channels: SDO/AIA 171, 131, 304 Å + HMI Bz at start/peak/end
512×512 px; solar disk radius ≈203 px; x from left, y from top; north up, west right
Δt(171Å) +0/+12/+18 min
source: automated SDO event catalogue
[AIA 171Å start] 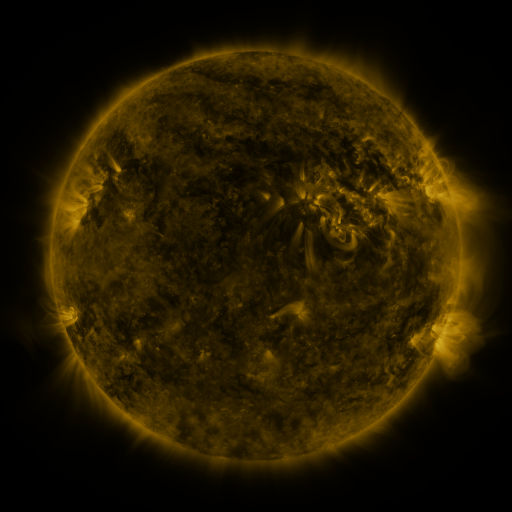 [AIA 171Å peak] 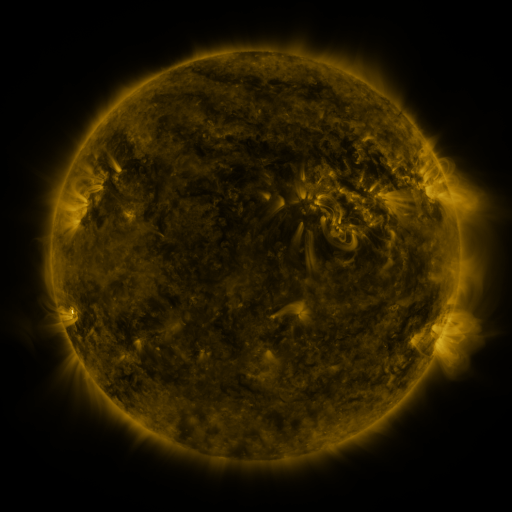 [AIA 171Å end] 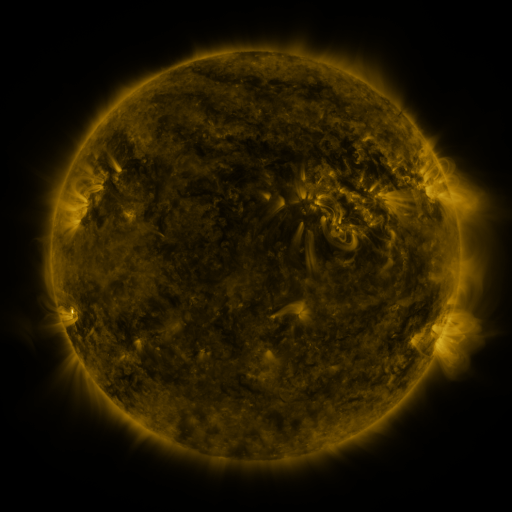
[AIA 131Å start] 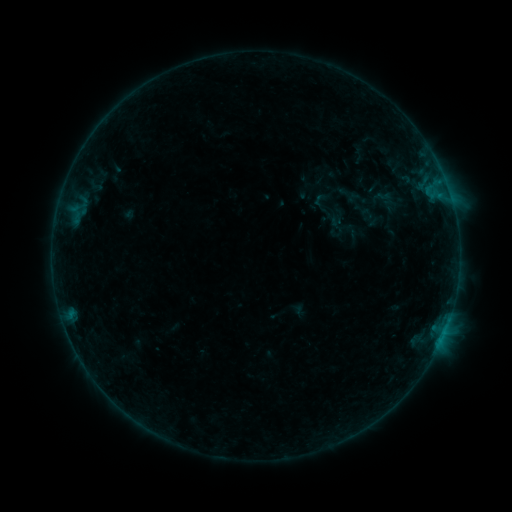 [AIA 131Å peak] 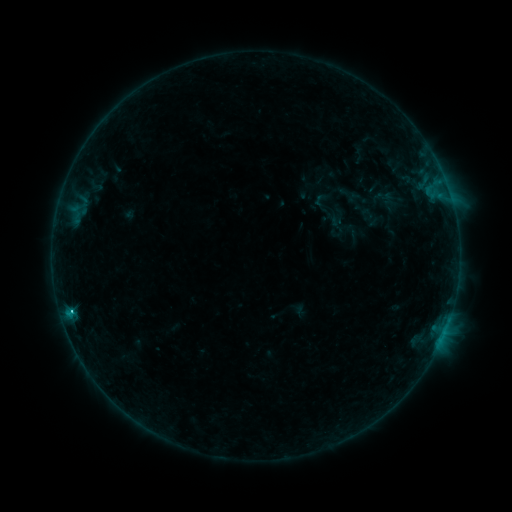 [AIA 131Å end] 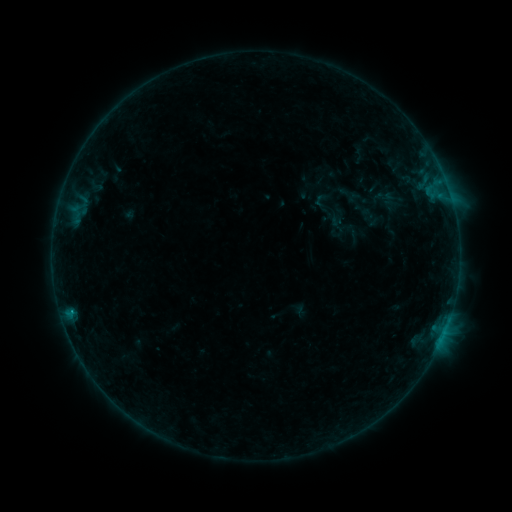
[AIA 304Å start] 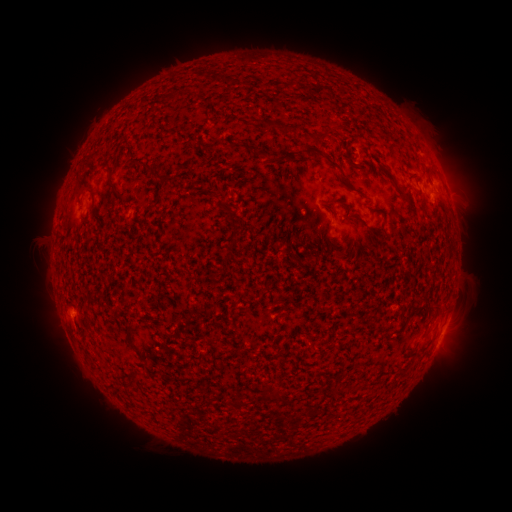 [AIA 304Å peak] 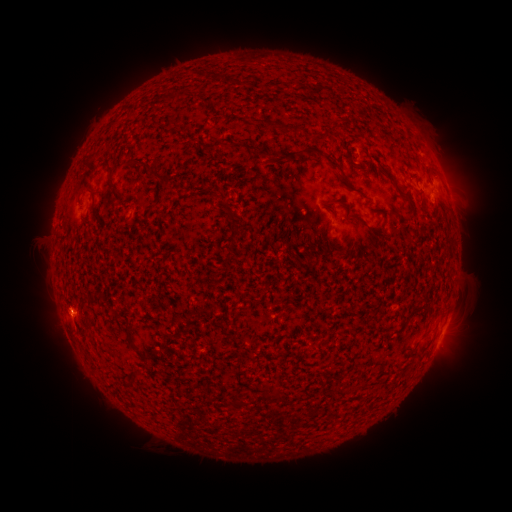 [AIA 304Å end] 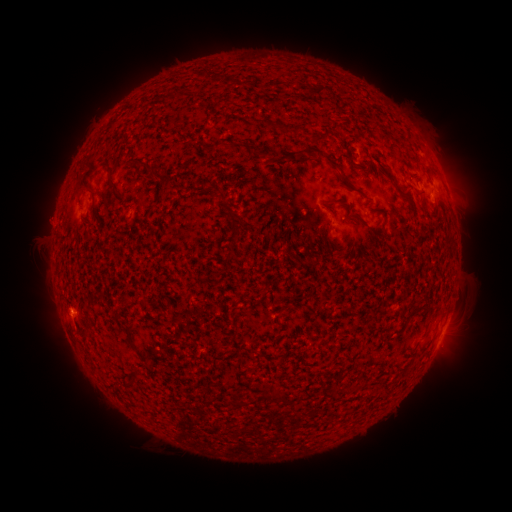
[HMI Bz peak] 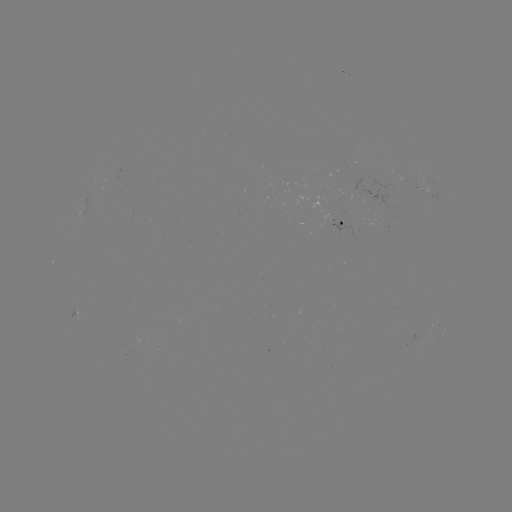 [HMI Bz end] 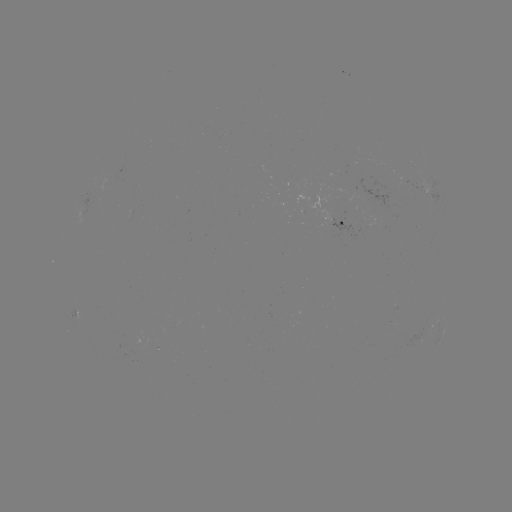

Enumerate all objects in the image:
C1.0 flare: (73, 312)
